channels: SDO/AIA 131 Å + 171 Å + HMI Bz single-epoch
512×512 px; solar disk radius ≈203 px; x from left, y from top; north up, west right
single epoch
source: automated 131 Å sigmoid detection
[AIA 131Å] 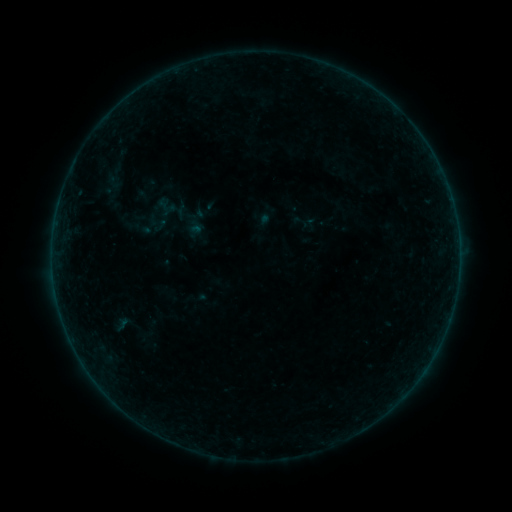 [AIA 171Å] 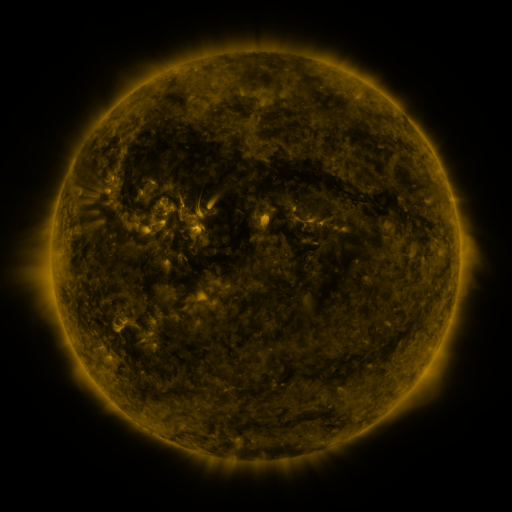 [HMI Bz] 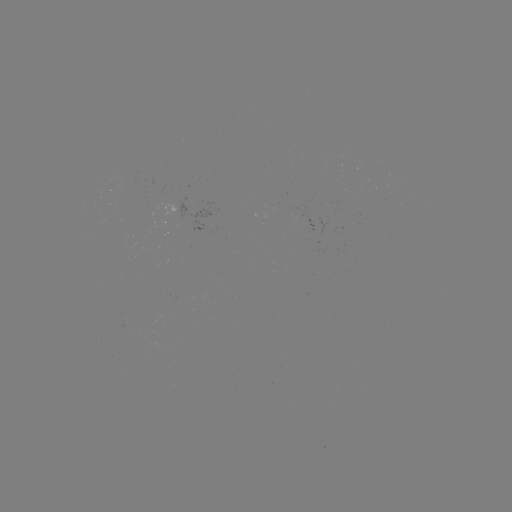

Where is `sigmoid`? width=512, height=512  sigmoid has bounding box [154, 196, 174, 217].